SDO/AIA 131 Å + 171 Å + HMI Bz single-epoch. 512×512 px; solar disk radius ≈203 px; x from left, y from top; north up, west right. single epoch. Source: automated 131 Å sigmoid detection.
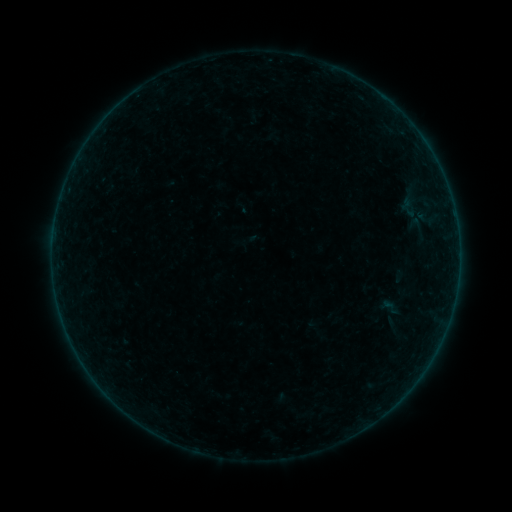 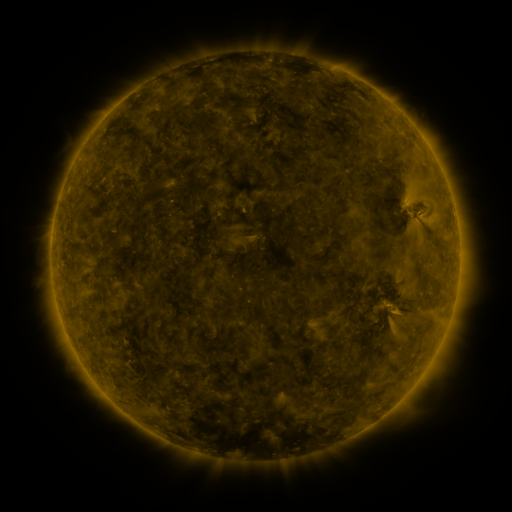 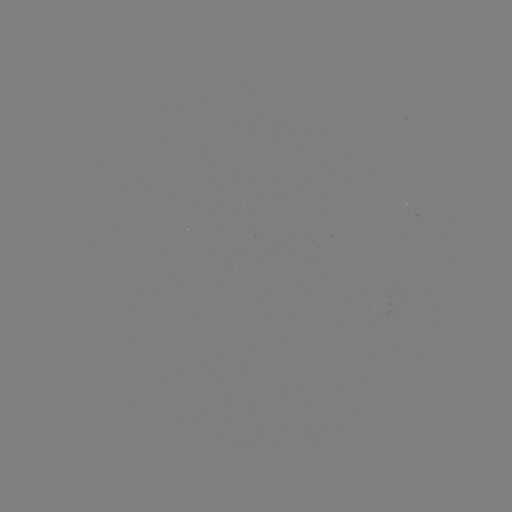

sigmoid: [396, 198, 419, 221]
